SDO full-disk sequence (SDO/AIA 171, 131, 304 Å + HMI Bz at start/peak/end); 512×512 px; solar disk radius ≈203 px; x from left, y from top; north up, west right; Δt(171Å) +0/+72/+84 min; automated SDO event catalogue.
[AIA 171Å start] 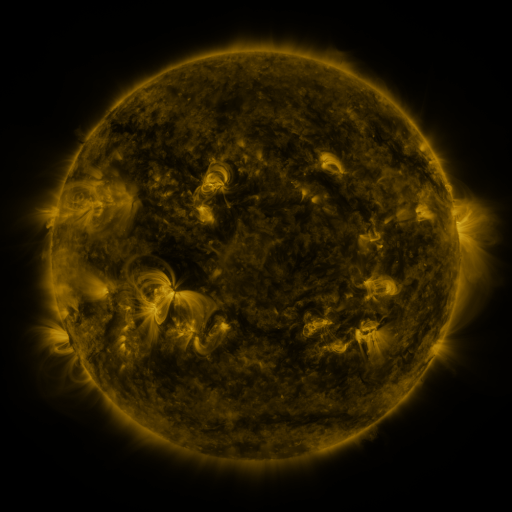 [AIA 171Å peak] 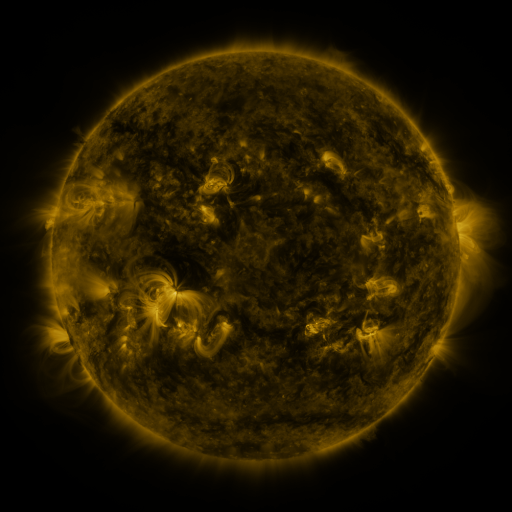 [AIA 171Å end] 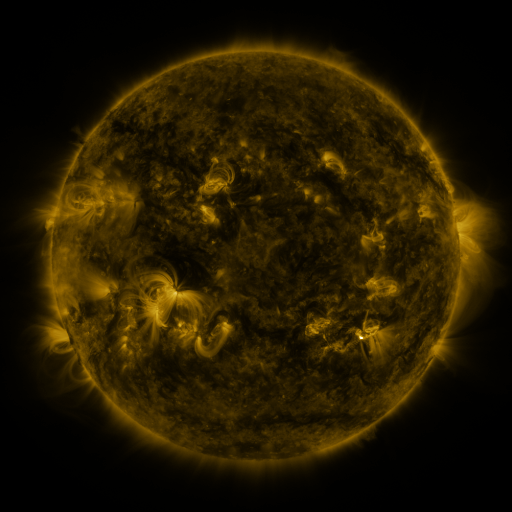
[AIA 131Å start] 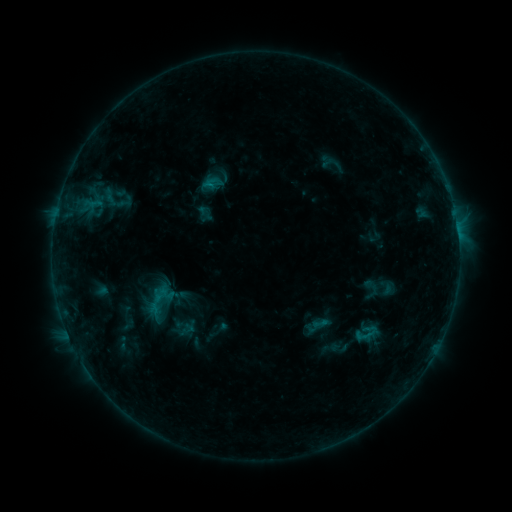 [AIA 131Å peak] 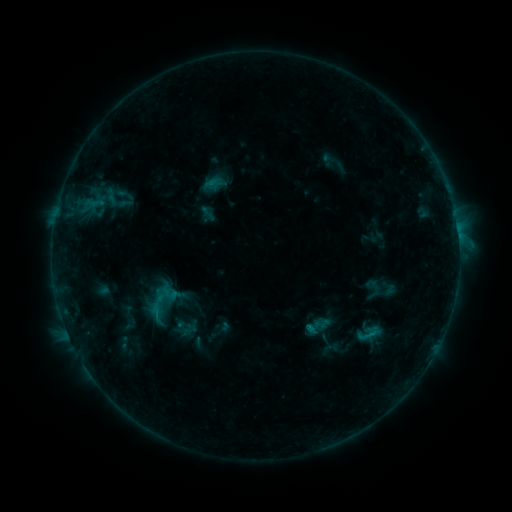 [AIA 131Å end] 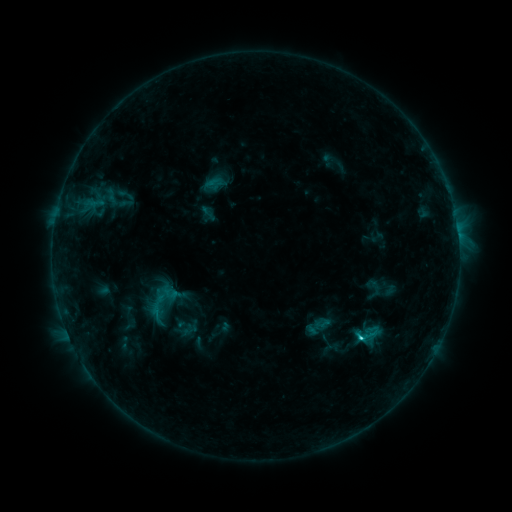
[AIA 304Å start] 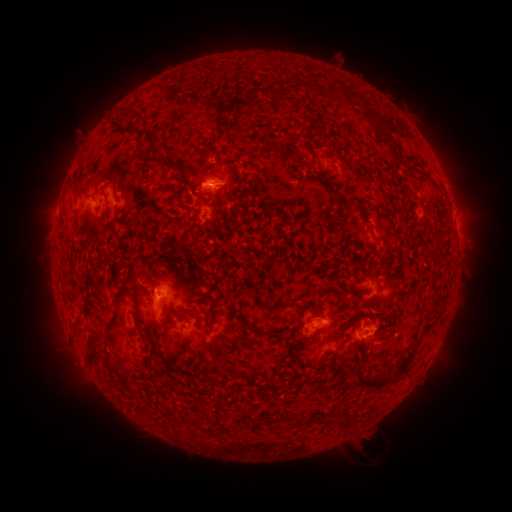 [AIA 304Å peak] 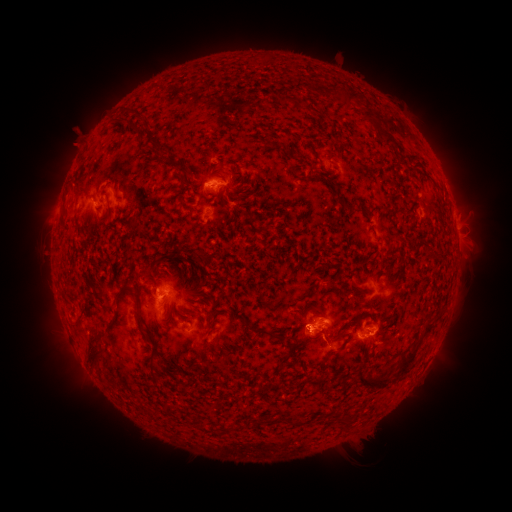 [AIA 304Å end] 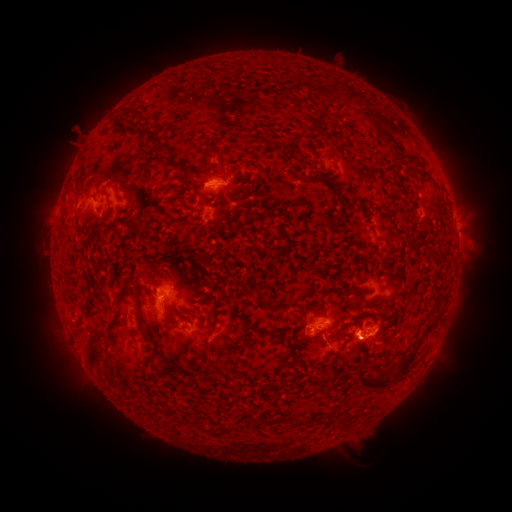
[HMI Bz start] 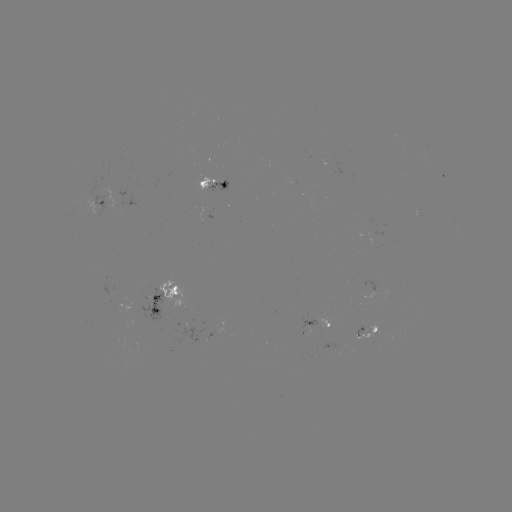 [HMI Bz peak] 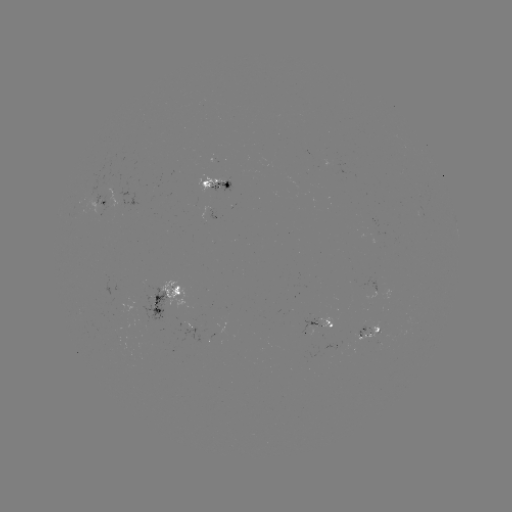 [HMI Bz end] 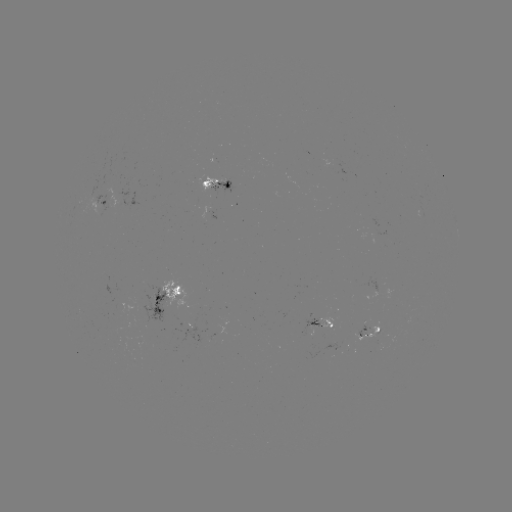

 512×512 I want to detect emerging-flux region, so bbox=[300, 330, 312, 334].